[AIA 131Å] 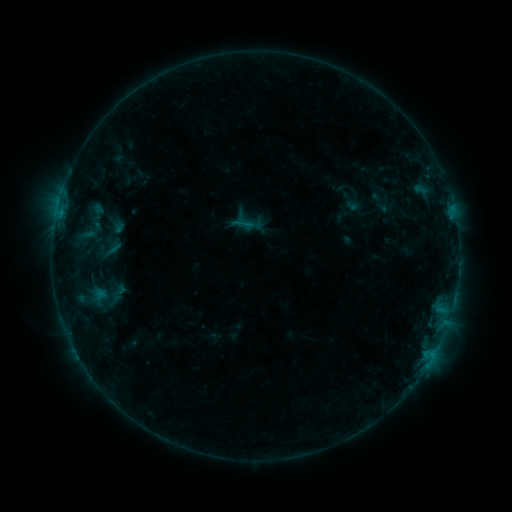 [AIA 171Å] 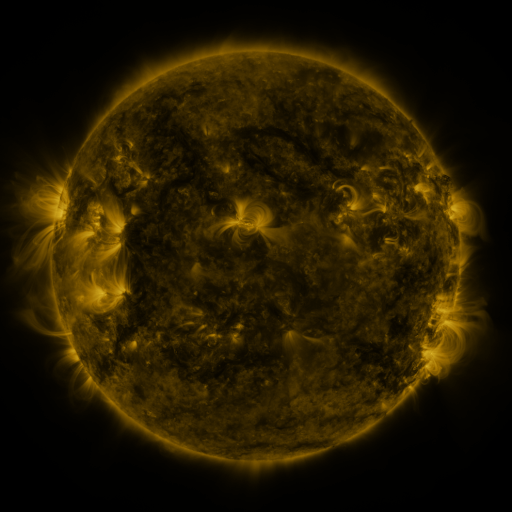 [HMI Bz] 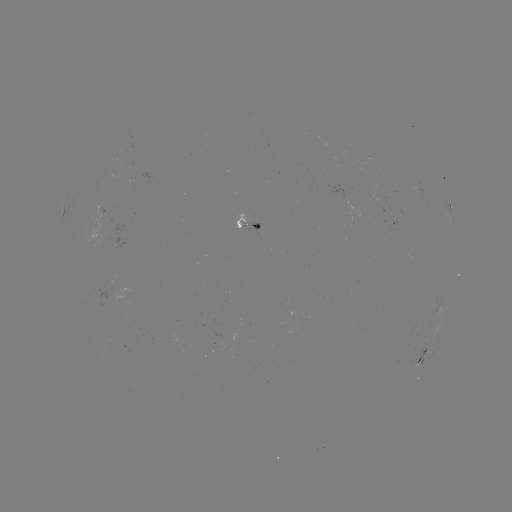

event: sigmoid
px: (108, 250)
